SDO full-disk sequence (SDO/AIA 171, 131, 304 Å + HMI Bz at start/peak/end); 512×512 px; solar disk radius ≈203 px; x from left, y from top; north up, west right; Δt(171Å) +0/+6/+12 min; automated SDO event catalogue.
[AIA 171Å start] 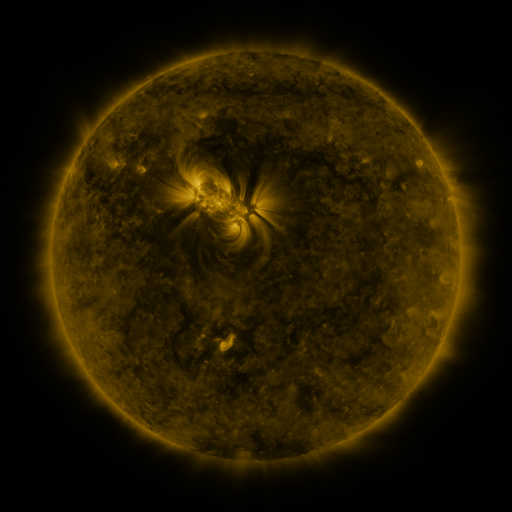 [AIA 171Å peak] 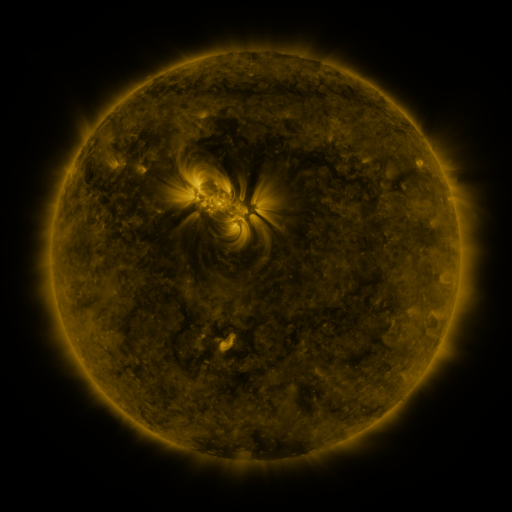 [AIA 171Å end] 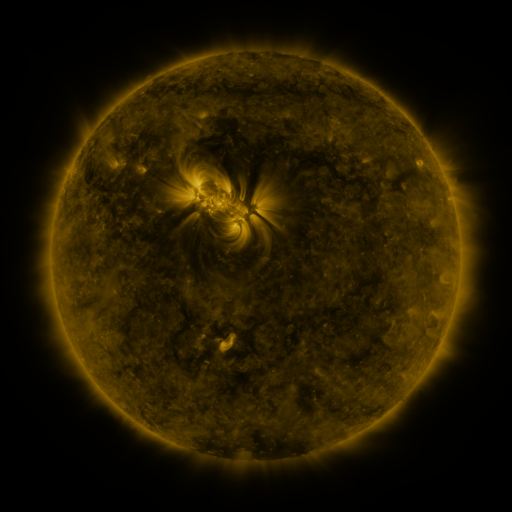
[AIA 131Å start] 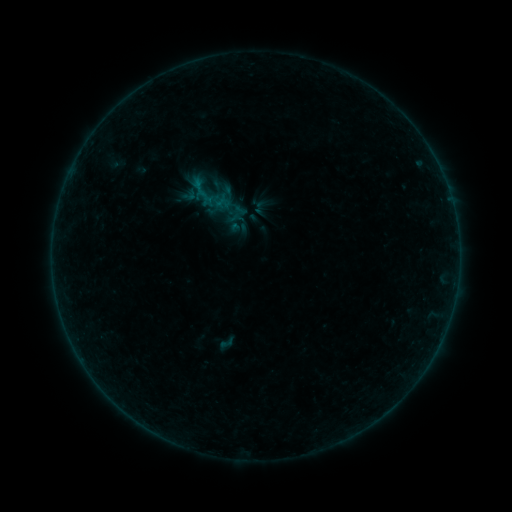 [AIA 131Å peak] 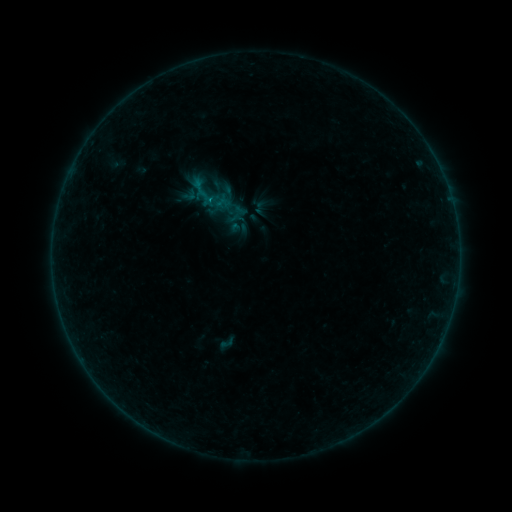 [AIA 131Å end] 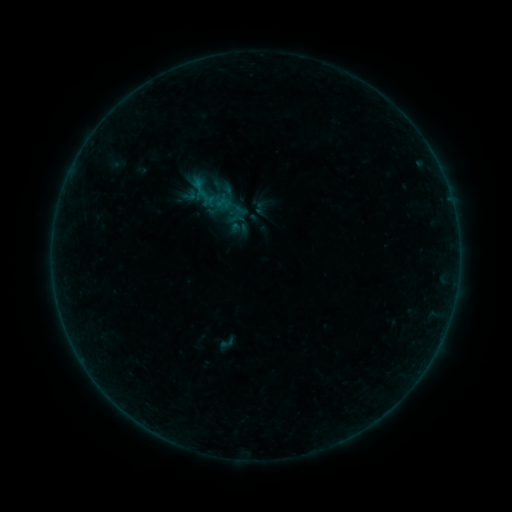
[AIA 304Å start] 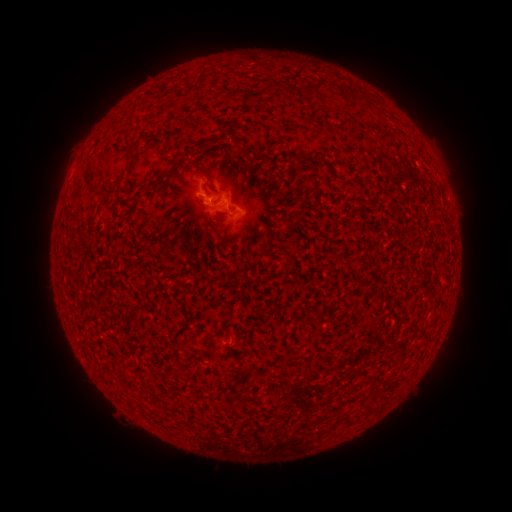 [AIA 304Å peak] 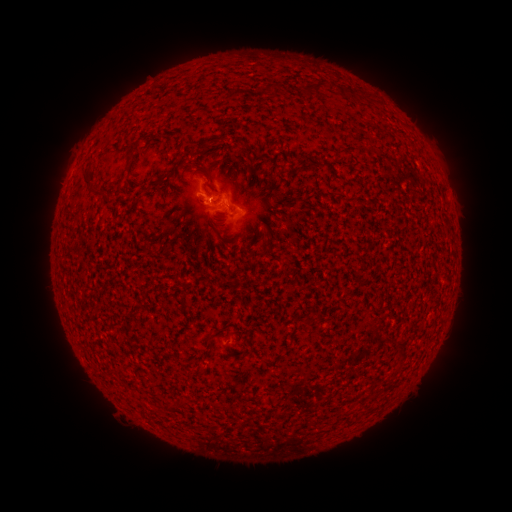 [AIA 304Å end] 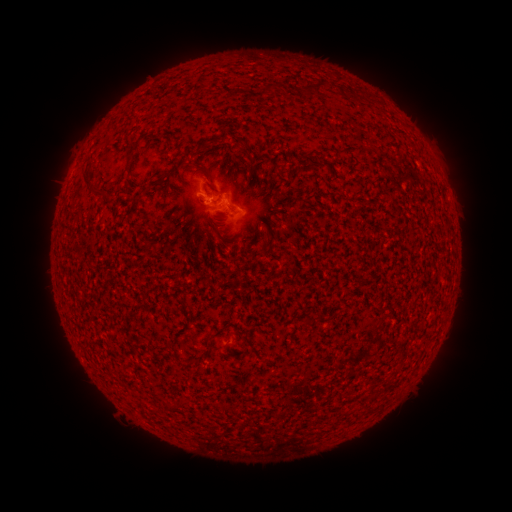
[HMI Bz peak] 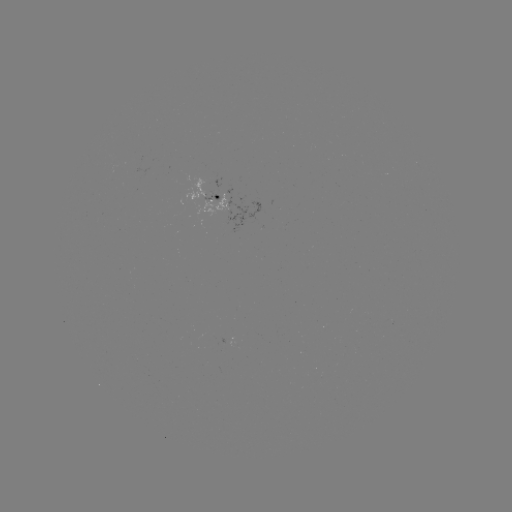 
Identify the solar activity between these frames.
B1.7 flare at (212, 200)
